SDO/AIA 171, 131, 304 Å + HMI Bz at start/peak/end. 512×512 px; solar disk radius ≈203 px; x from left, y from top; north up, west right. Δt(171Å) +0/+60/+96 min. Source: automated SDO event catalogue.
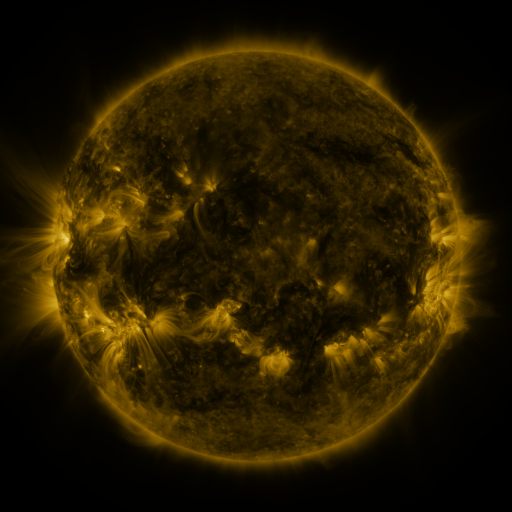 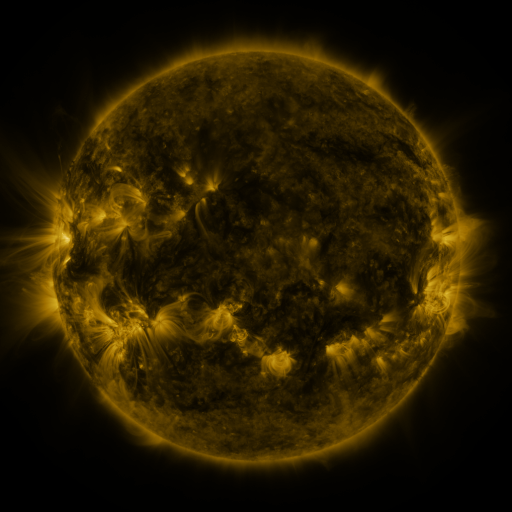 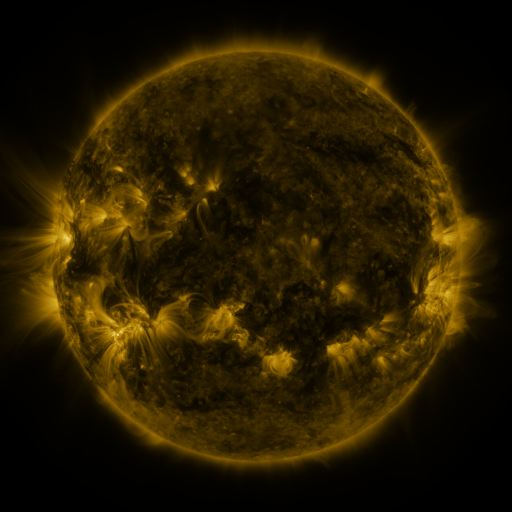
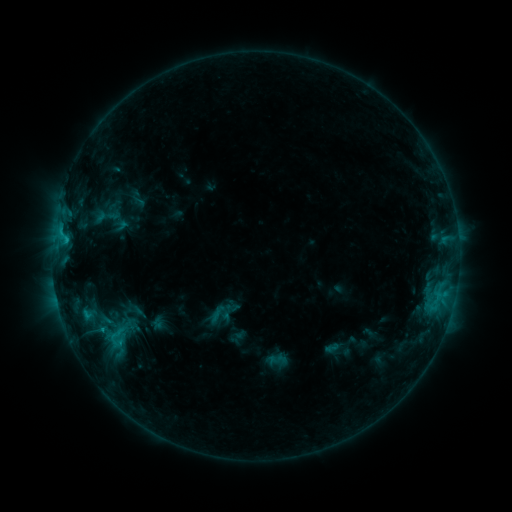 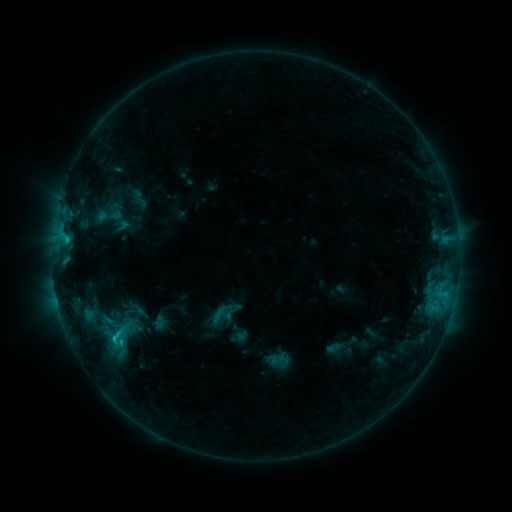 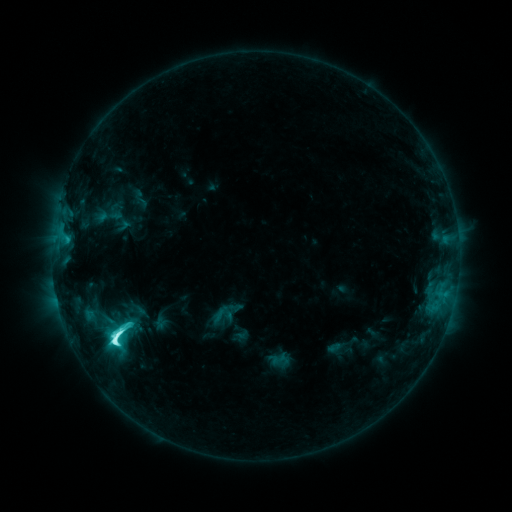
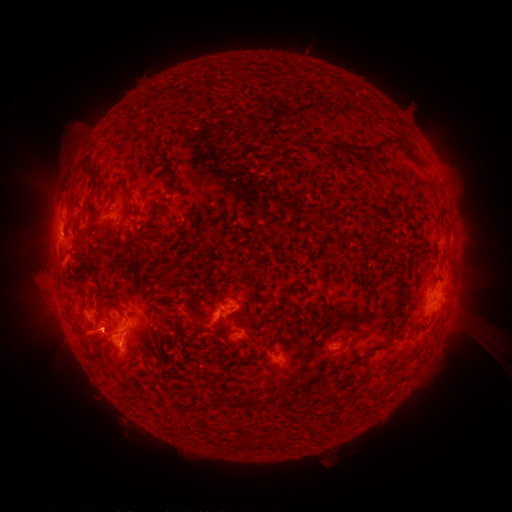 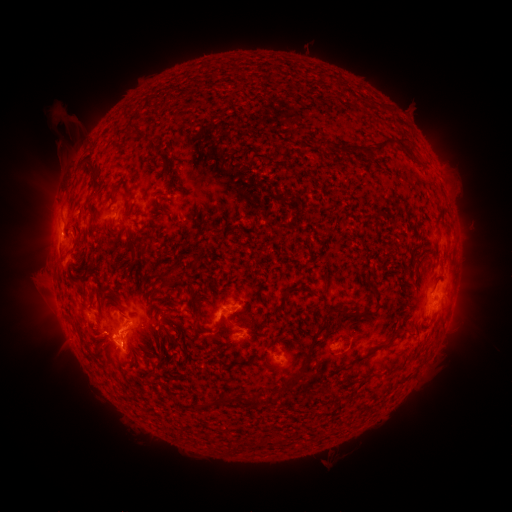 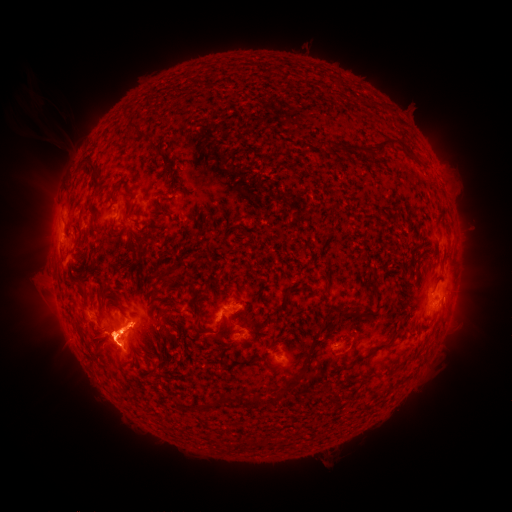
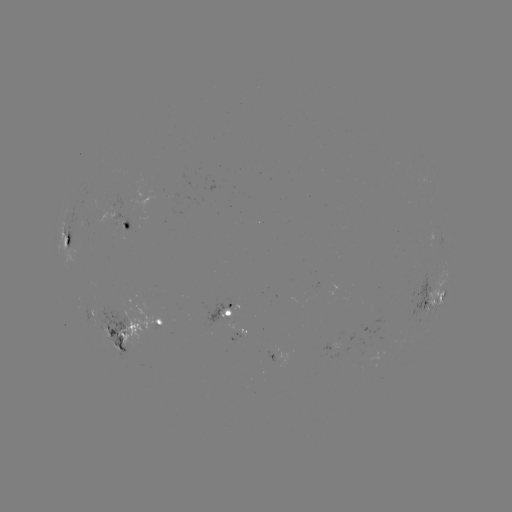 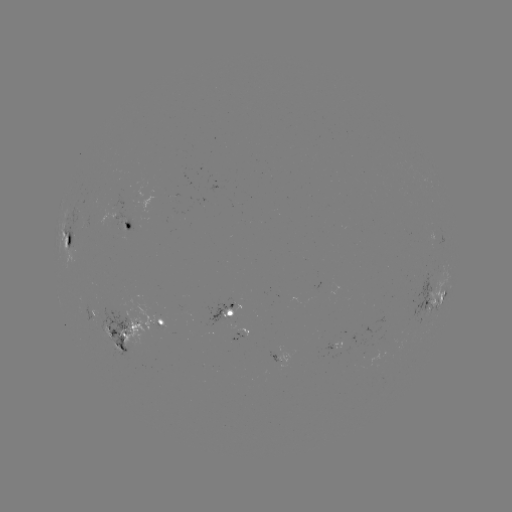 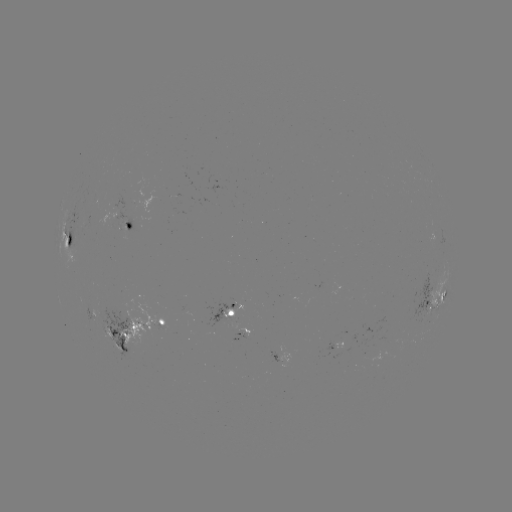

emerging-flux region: (203, 301, 236, 329)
